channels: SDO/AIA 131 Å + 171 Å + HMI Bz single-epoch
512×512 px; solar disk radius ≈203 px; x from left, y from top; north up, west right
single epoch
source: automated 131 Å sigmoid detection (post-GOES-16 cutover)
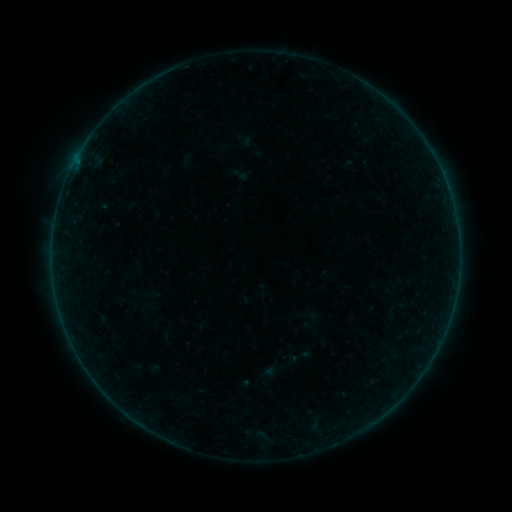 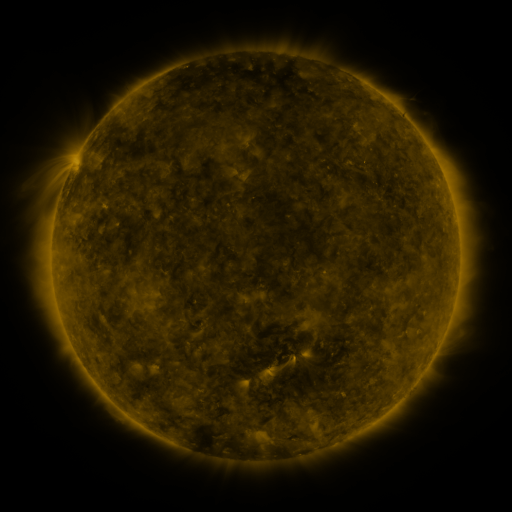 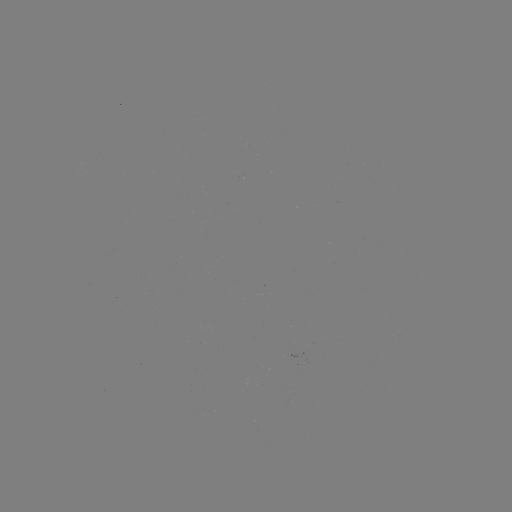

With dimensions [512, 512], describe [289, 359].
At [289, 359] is sigmoid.